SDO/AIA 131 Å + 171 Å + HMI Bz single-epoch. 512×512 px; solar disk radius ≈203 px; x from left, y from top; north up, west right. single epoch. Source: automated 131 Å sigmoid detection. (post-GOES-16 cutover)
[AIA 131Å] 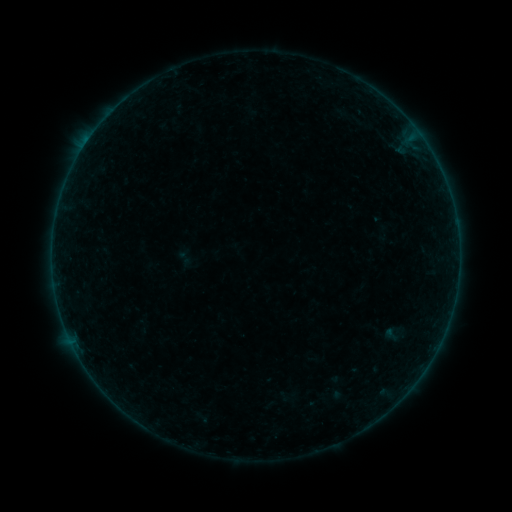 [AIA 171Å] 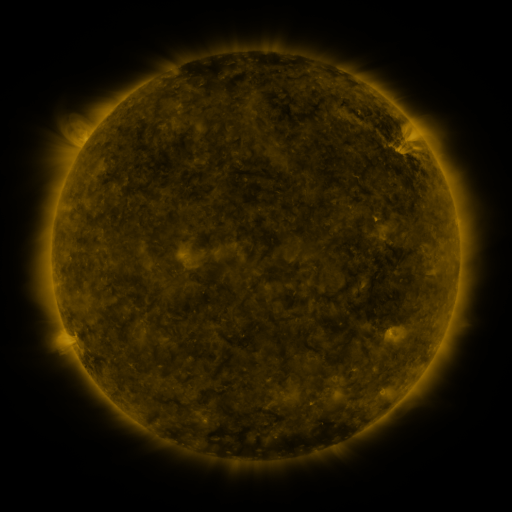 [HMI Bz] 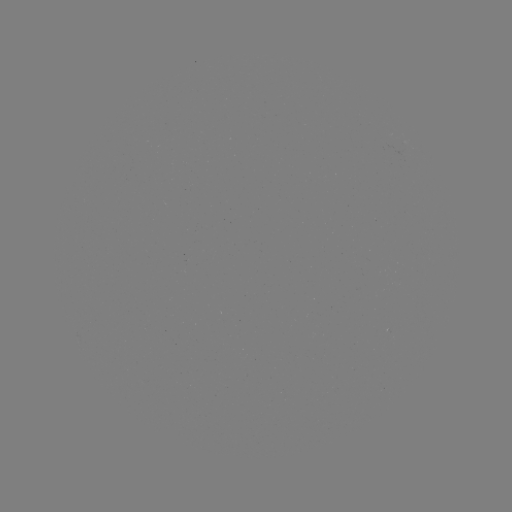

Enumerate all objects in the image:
sigmoid: (392, 334)
